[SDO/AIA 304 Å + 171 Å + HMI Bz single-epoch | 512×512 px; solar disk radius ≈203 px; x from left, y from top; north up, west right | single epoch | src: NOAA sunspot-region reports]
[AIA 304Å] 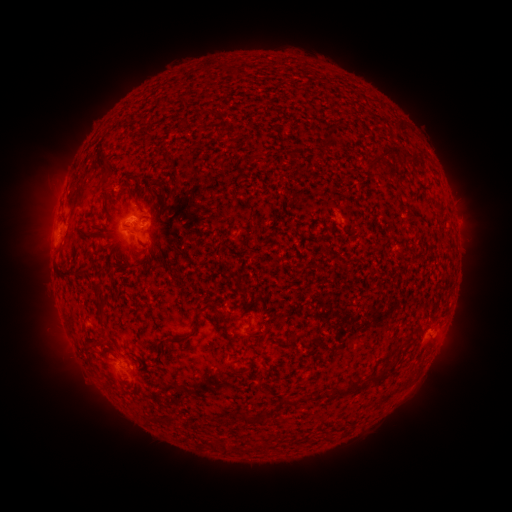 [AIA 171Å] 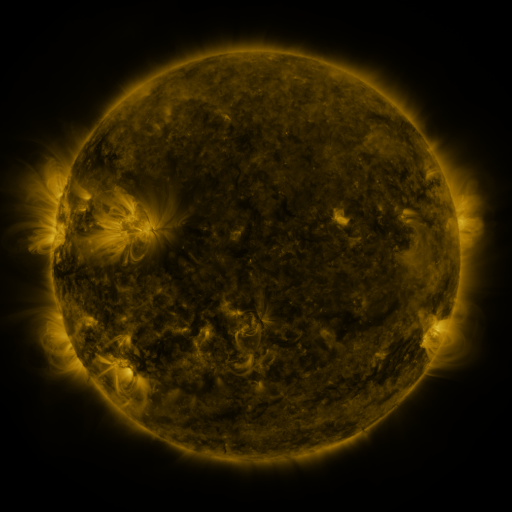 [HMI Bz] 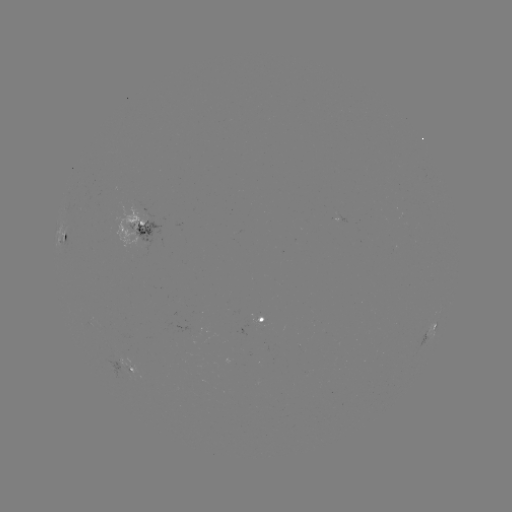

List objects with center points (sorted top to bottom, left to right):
spotted active region: (144, 227)
spotted active region: (63, 237)
spotted active region: (259, 319)
spotted active region: (435, 326)
spotted active region: (127, 367)
